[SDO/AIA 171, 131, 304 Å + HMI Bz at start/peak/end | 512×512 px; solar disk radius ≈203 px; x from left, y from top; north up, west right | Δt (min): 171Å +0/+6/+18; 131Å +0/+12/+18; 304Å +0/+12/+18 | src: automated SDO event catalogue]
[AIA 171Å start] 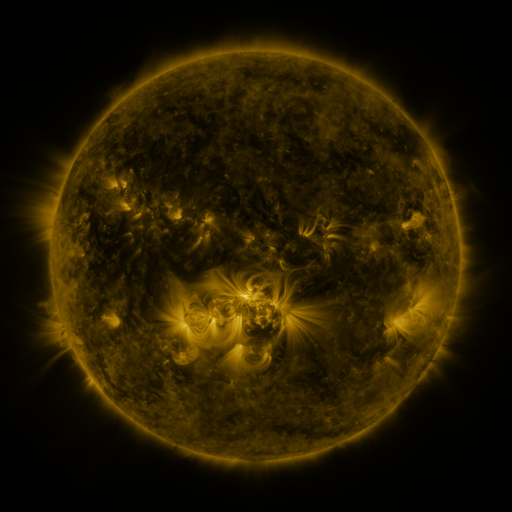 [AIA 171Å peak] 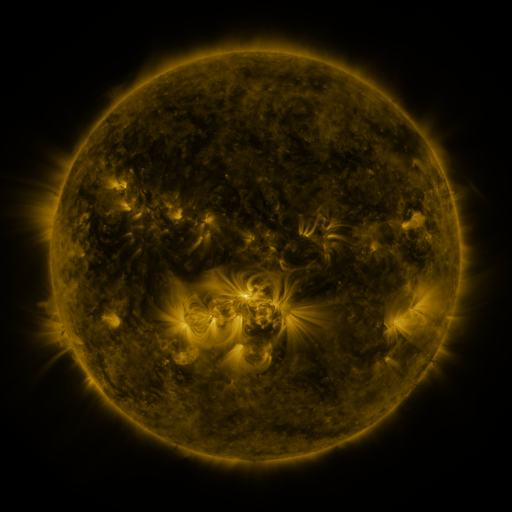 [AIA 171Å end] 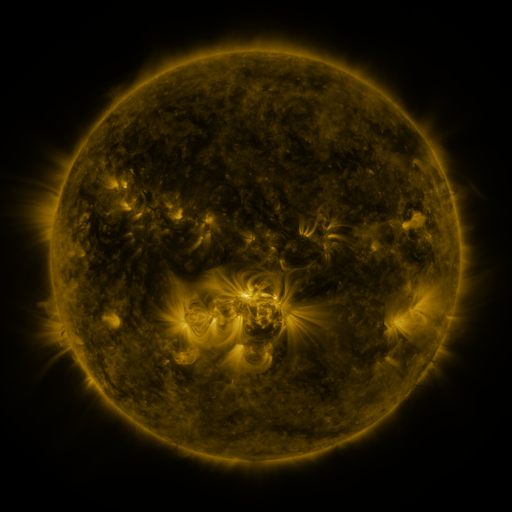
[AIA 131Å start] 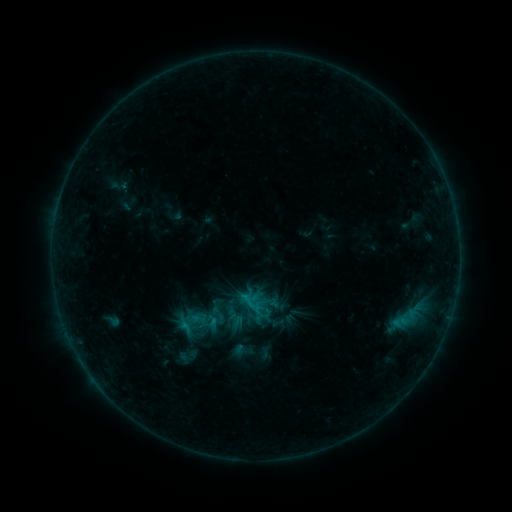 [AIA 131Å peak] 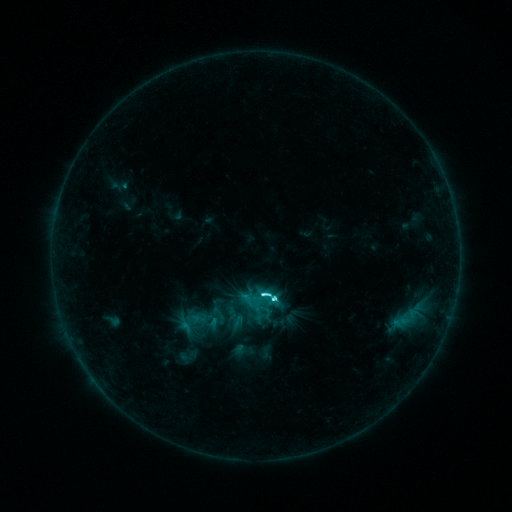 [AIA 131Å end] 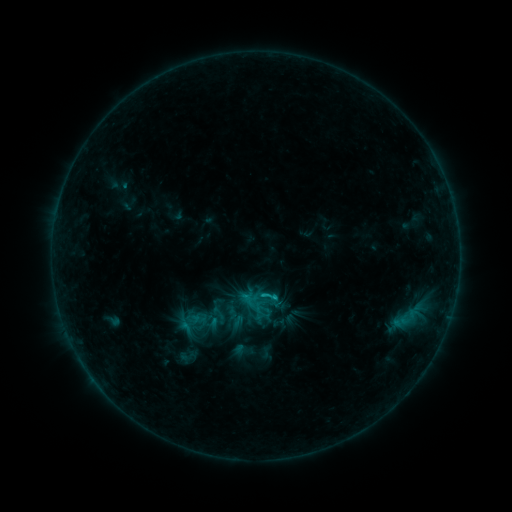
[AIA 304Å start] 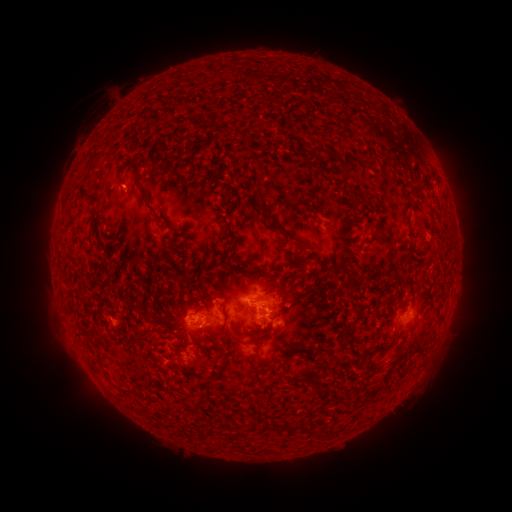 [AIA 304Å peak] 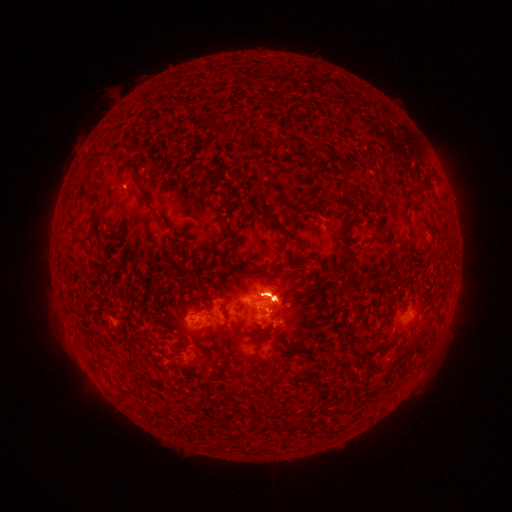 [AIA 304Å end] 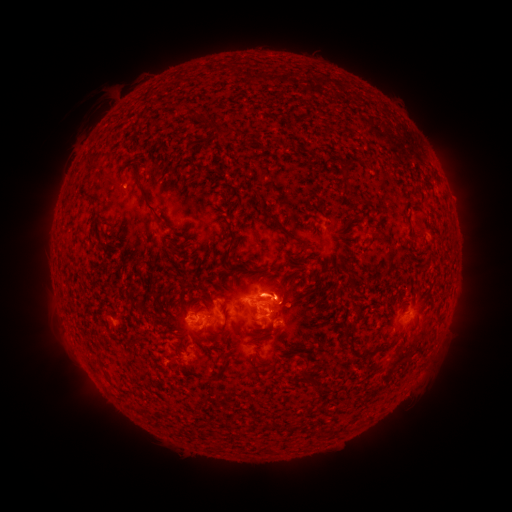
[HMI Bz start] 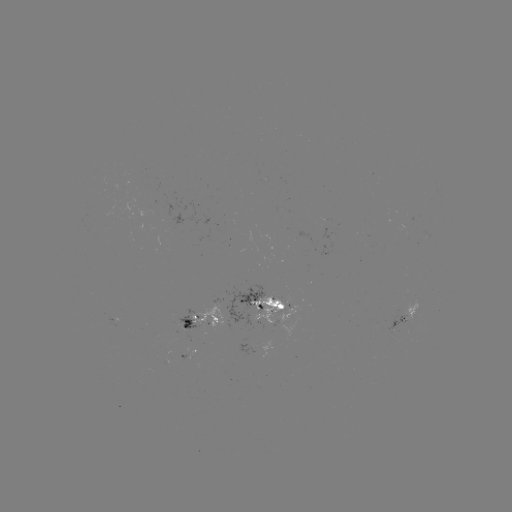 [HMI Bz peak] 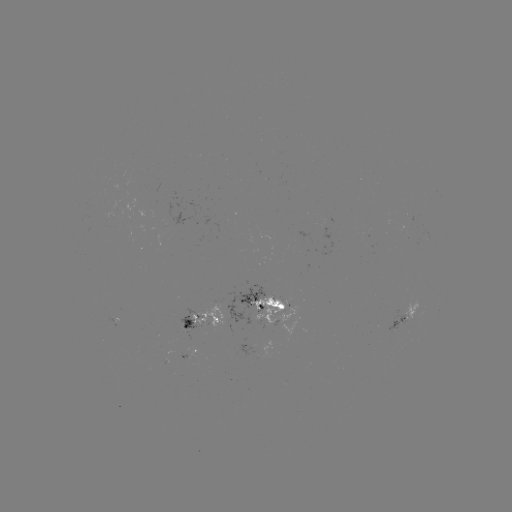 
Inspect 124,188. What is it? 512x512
C9.7 flare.